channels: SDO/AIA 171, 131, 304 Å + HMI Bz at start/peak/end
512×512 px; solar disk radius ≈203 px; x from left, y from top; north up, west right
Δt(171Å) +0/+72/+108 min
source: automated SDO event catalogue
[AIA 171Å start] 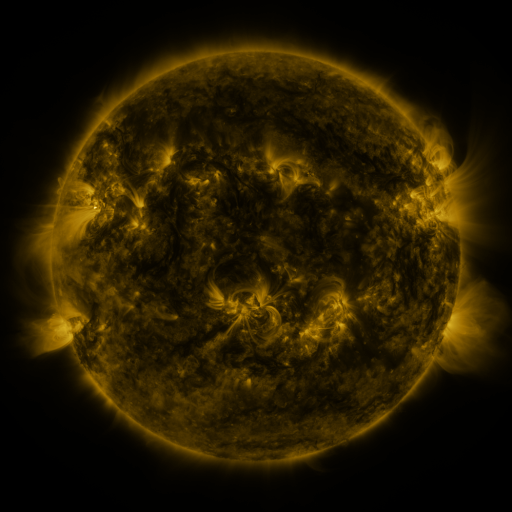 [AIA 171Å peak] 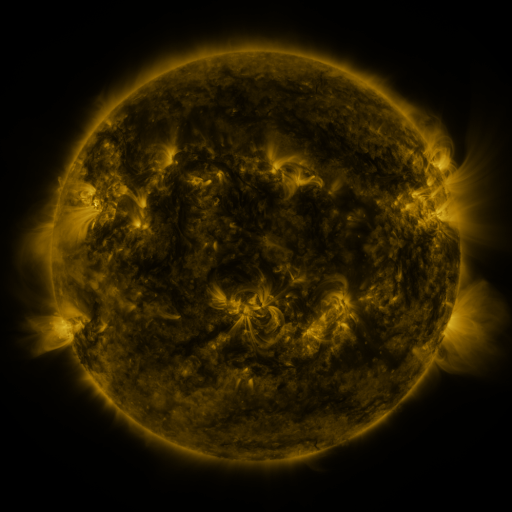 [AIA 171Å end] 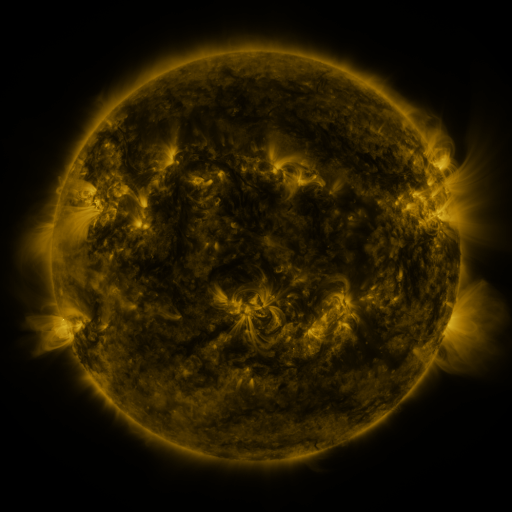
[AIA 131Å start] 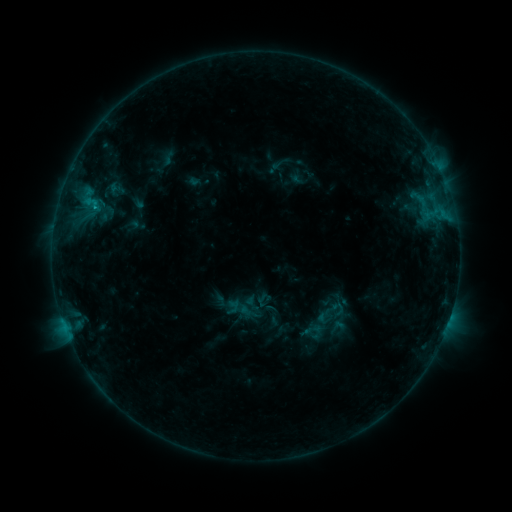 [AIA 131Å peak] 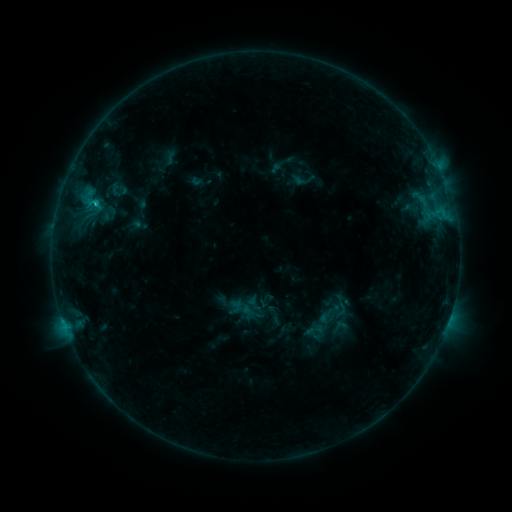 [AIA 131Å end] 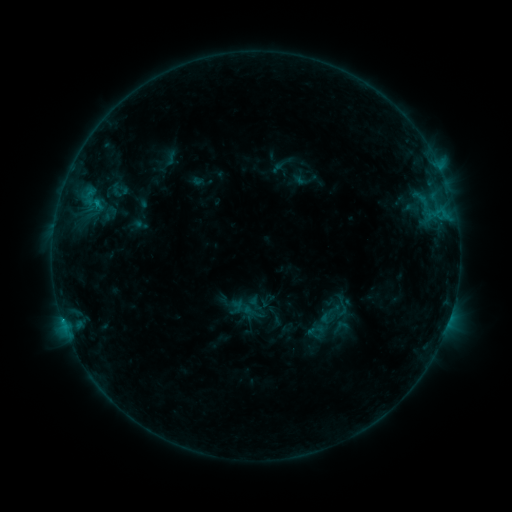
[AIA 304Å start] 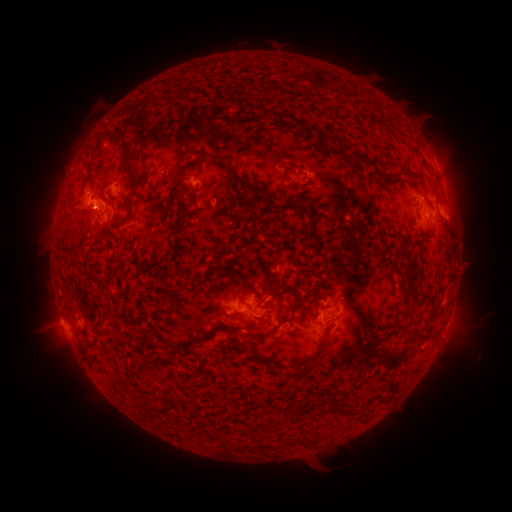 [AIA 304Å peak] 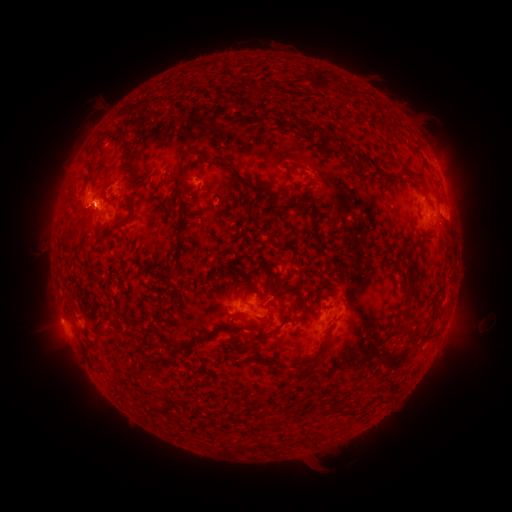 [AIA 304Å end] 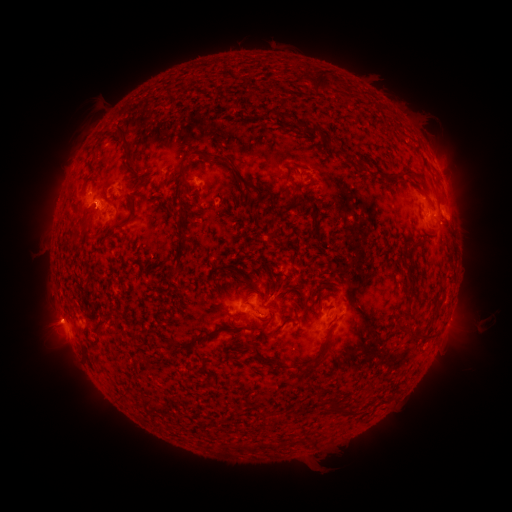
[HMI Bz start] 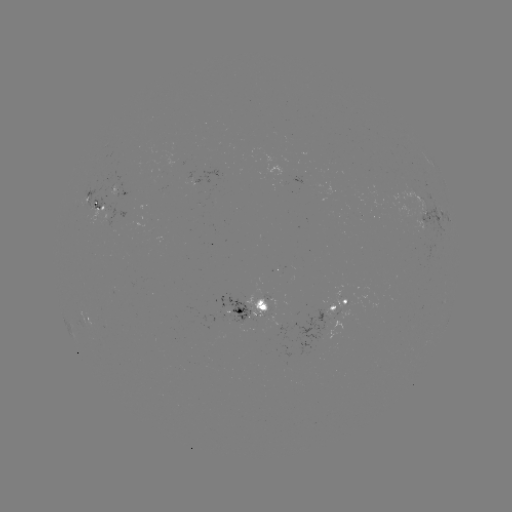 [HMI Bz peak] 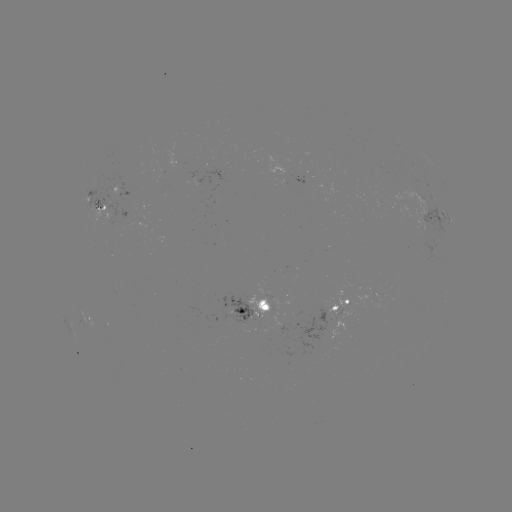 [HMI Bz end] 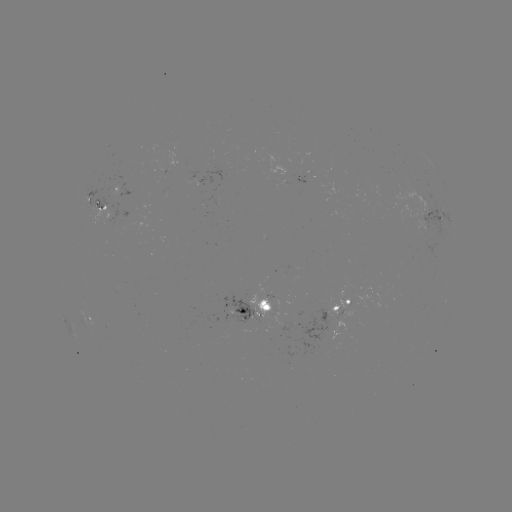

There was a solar emerging-flux region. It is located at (111, 193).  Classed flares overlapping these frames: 3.